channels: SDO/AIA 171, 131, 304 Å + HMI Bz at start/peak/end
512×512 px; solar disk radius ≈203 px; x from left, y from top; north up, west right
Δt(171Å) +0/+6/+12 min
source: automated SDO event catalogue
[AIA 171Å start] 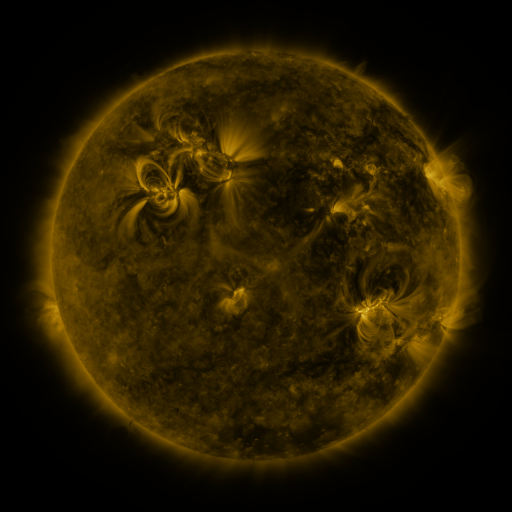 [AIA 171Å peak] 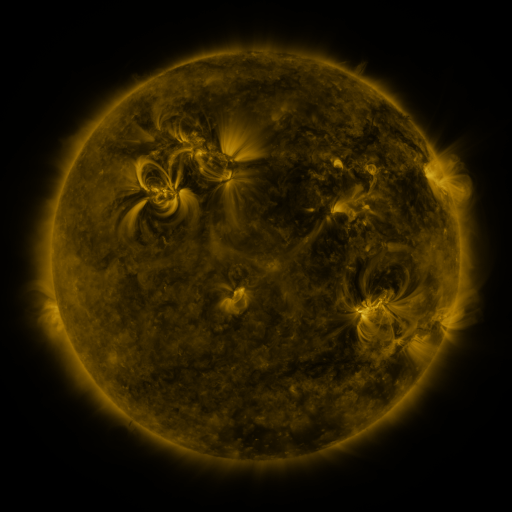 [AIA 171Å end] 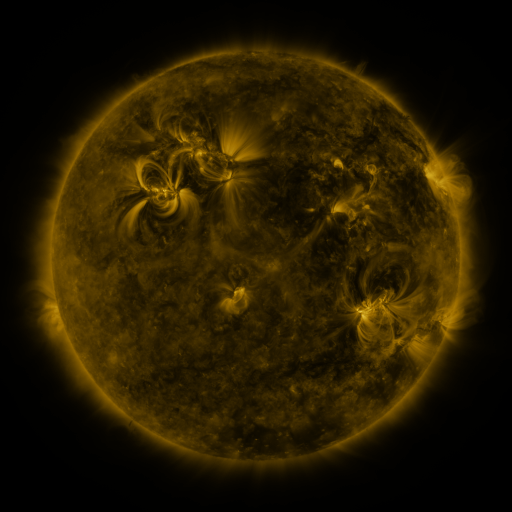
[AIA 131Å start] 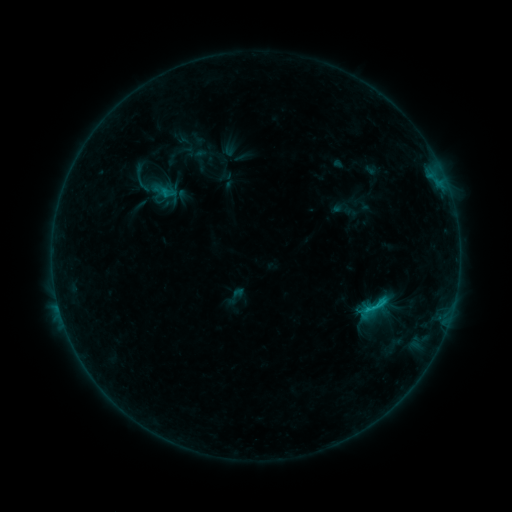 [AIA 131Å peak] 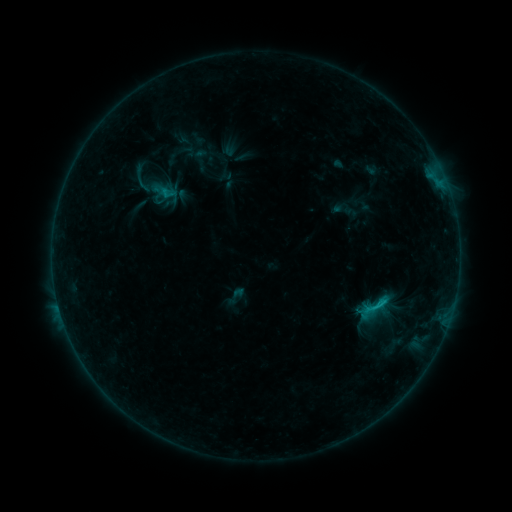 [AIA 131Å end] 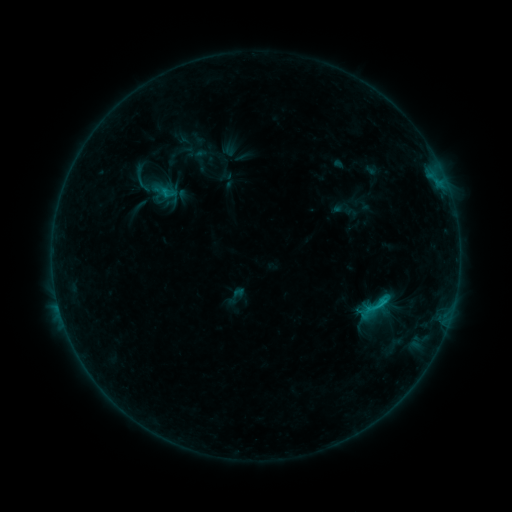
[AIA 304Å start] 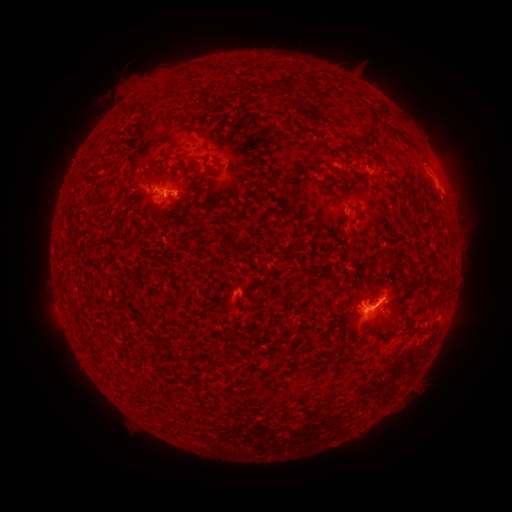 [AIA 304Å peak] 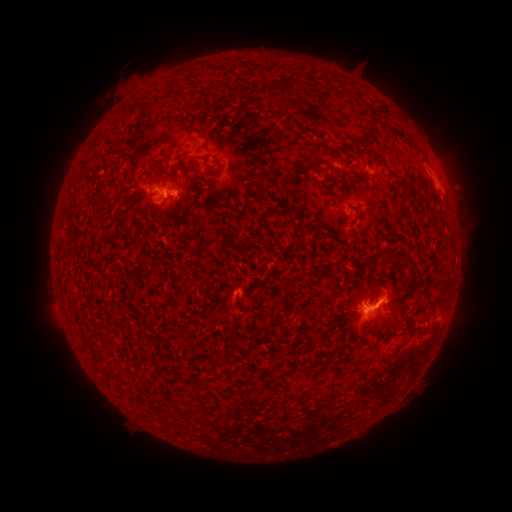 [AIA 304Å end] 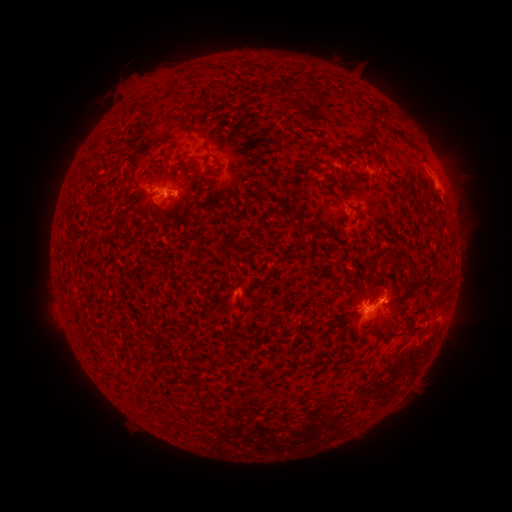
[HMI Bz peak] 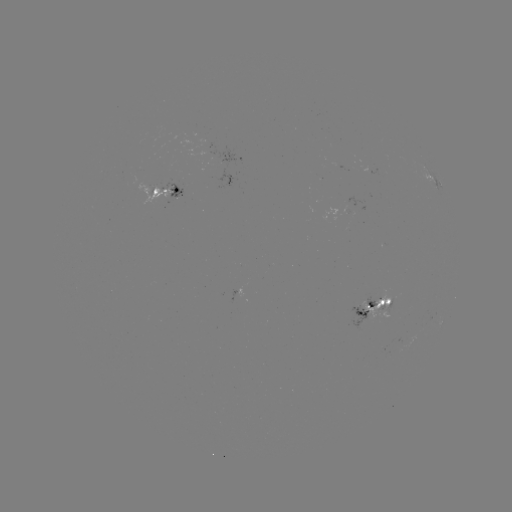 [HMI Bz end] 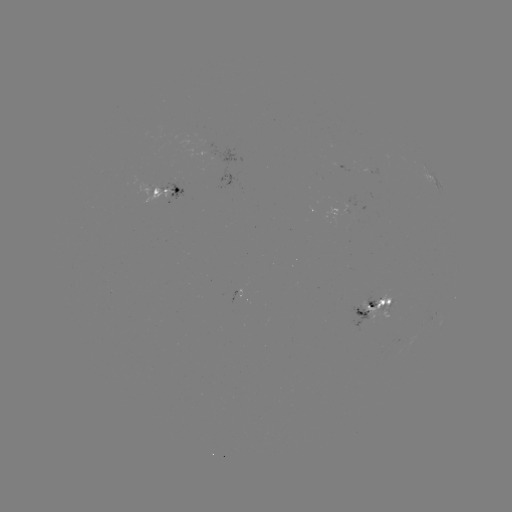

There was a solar eruption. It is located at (466, 178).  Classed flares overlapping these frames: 1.